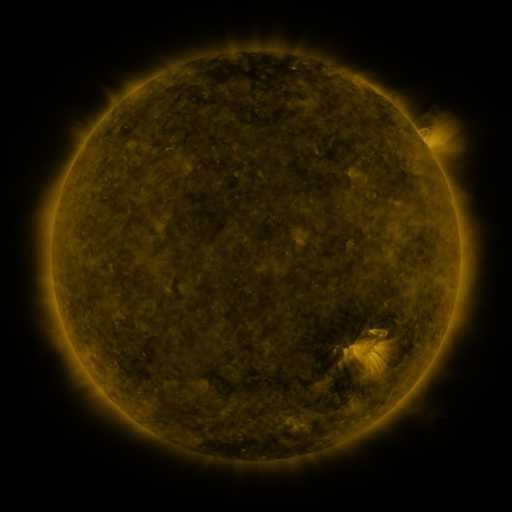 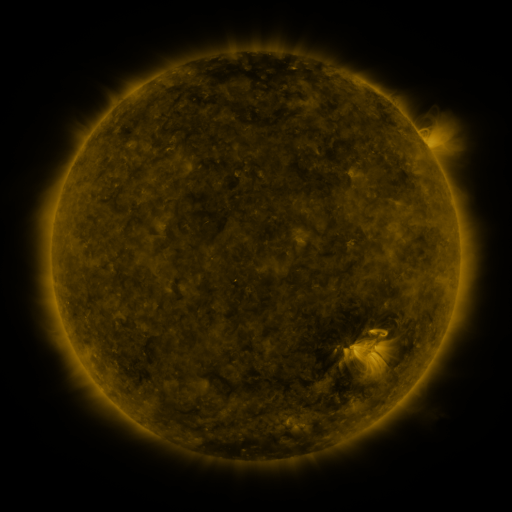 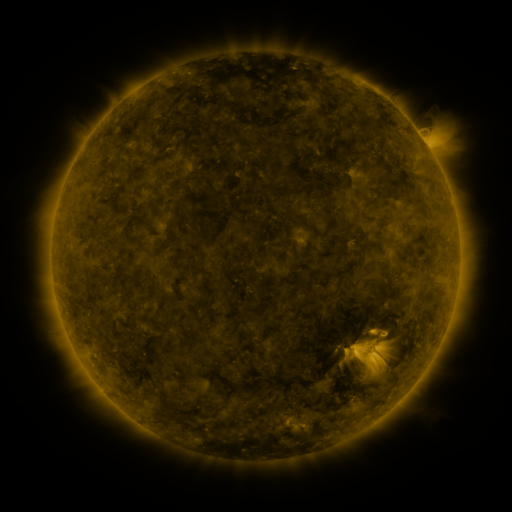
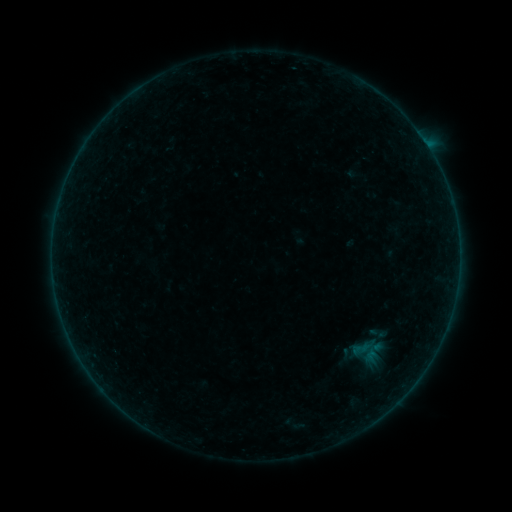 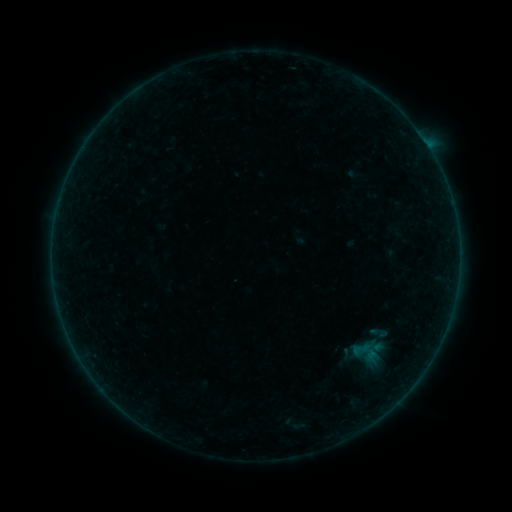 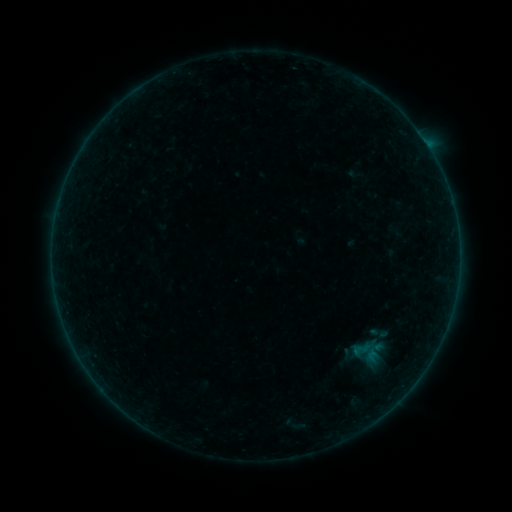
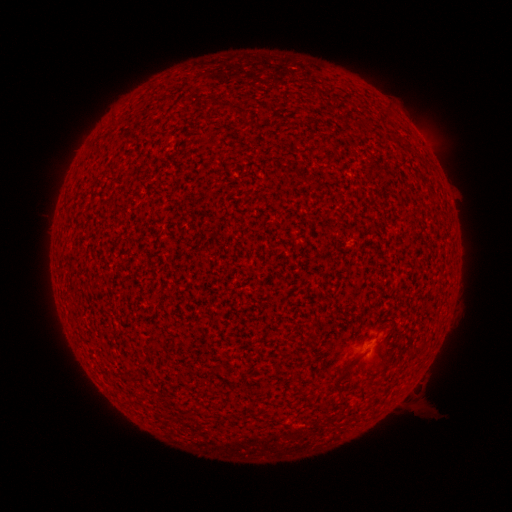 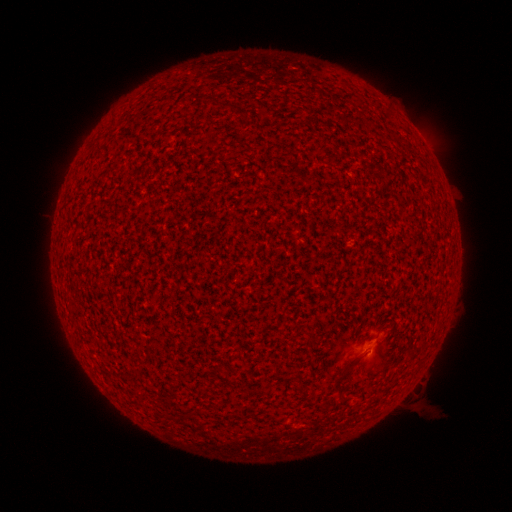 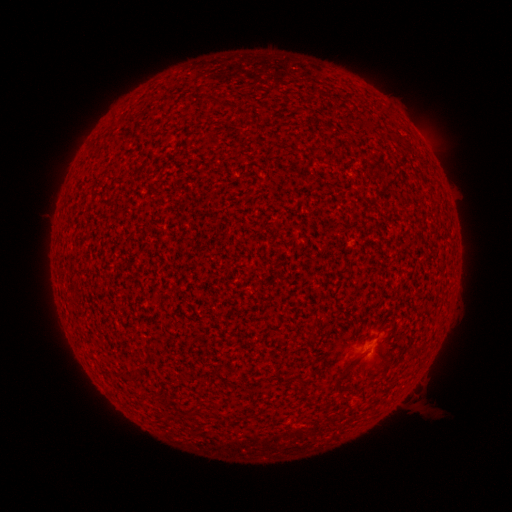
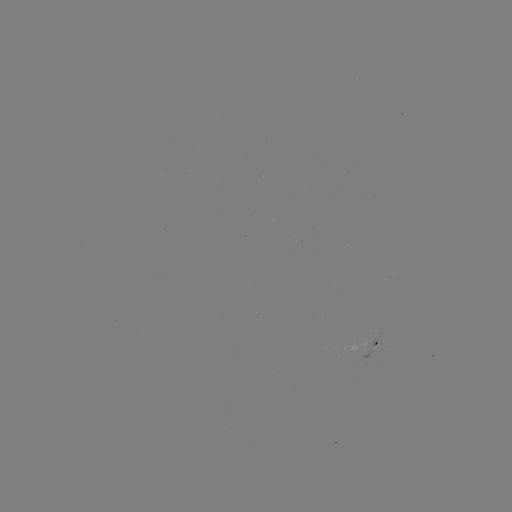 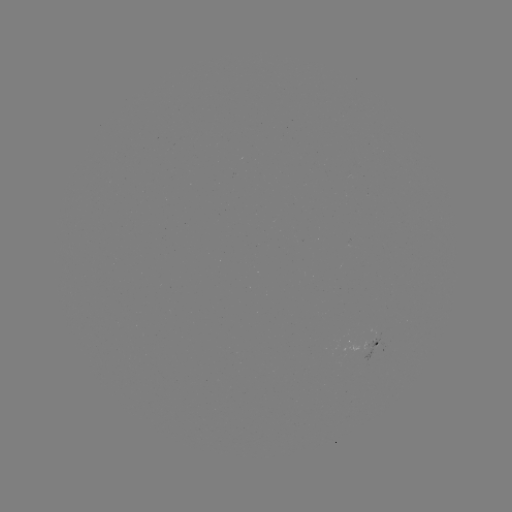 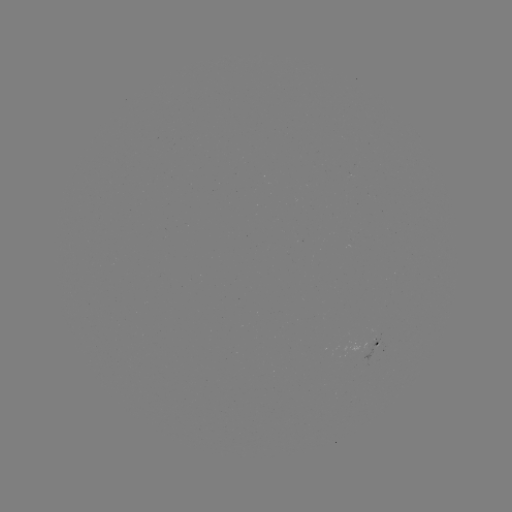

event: flare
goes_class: A3.9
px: (367, 350)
